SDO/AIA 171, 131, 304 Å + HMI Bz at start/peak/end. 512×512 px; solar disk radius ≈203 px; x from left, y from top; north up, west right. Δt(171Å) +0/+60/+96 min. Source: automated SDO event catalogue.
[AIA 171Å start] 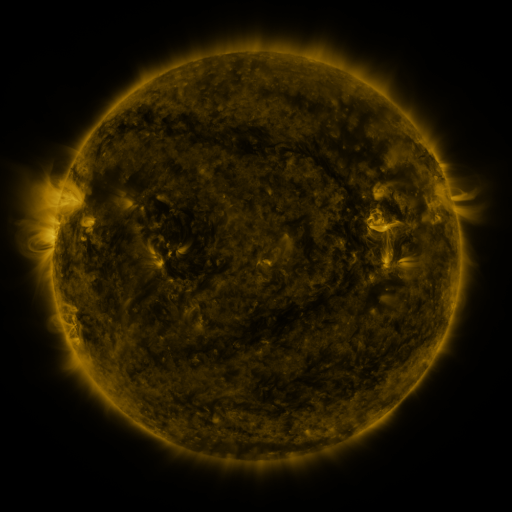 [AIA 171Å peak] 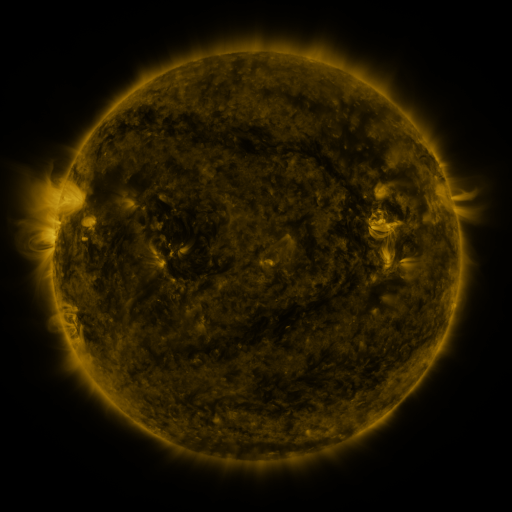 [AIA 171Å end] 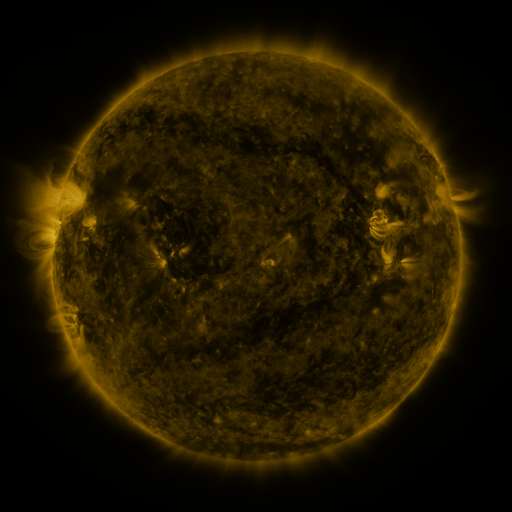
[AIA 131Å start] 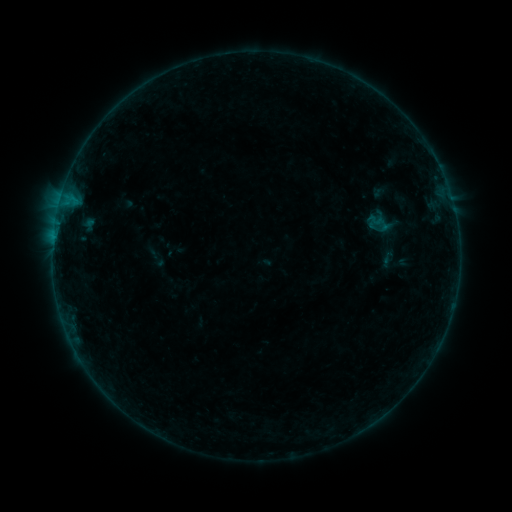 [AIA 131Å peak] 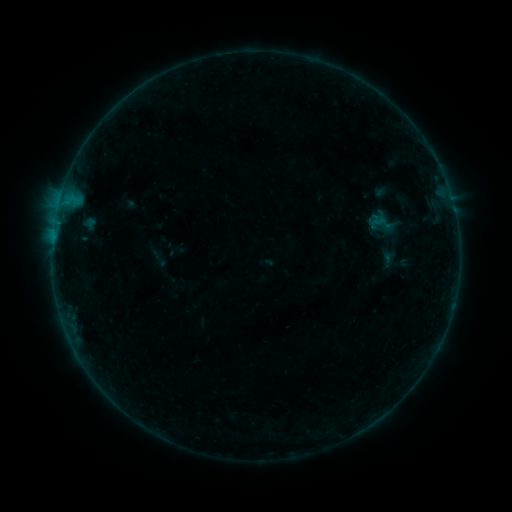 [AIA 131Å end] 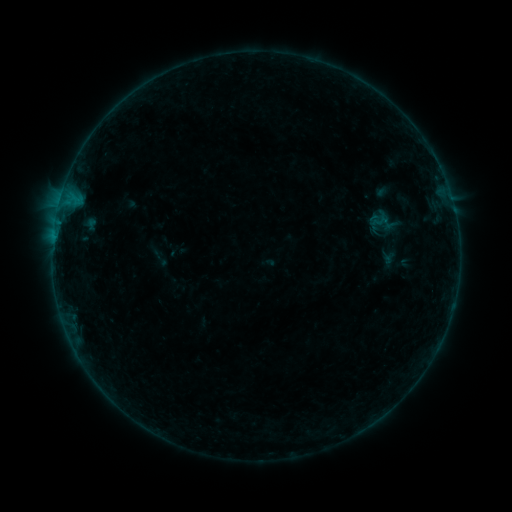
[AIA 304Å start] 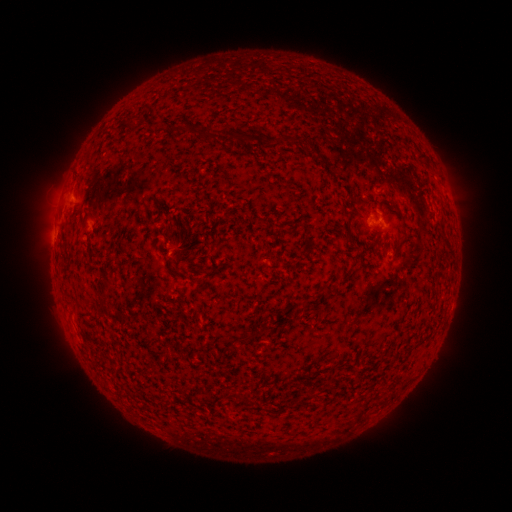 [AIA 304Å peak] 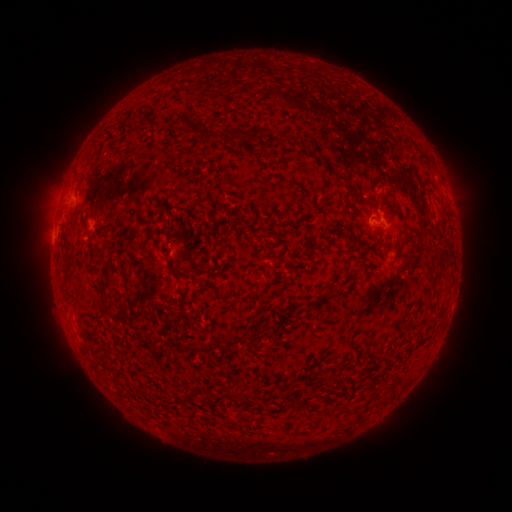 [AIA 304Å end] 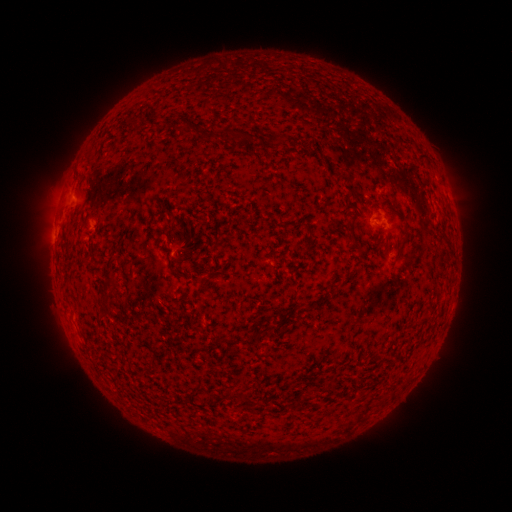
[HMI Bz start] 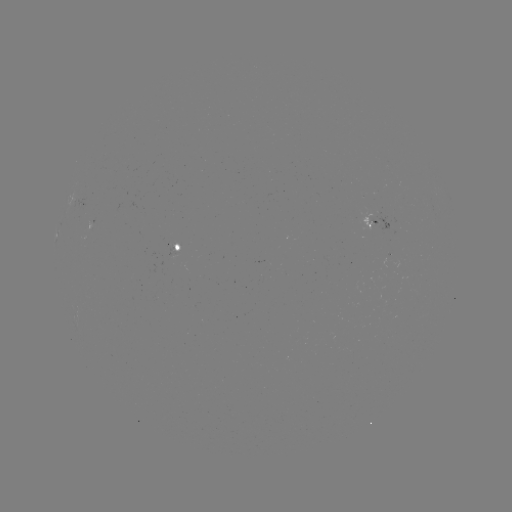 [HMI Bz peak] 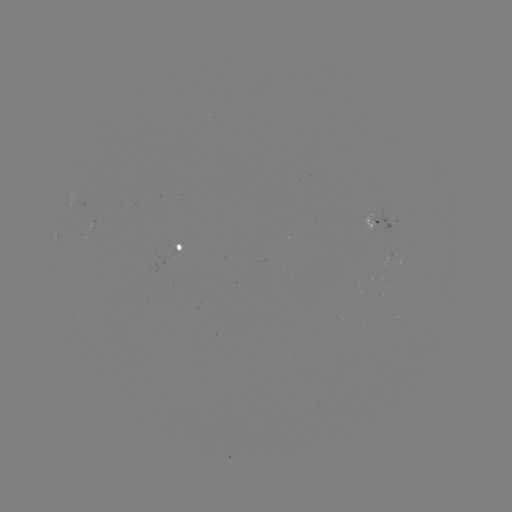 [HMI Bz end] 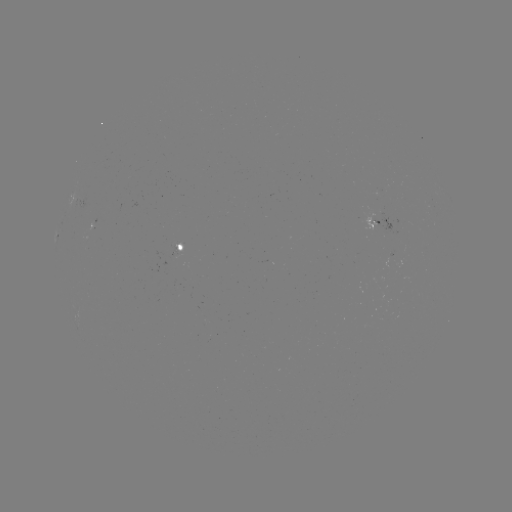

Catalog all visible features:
emerging-flux region: (177, 251)
